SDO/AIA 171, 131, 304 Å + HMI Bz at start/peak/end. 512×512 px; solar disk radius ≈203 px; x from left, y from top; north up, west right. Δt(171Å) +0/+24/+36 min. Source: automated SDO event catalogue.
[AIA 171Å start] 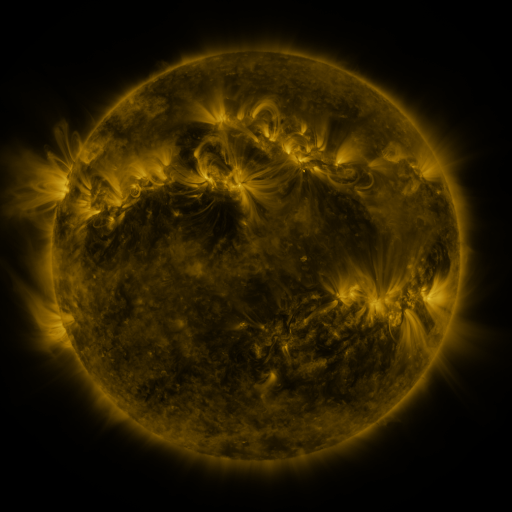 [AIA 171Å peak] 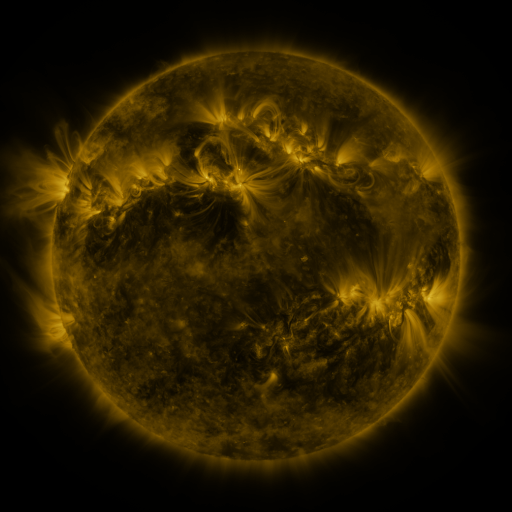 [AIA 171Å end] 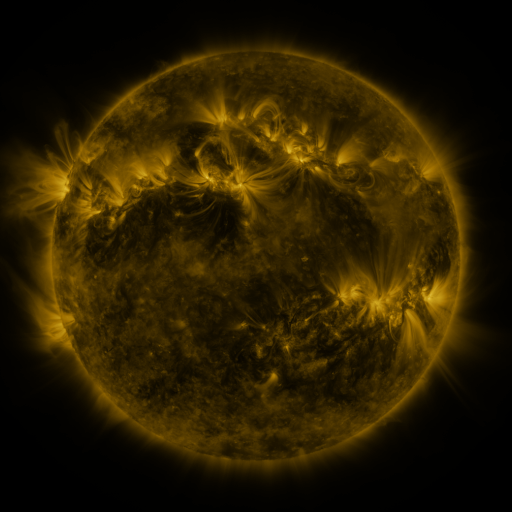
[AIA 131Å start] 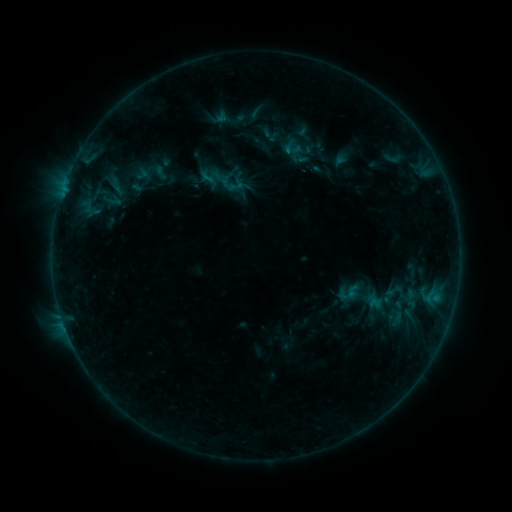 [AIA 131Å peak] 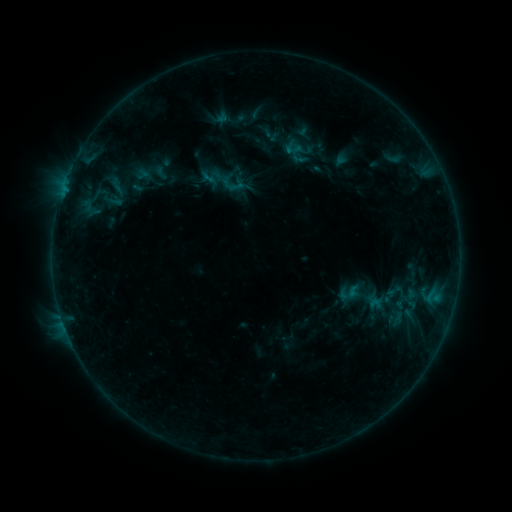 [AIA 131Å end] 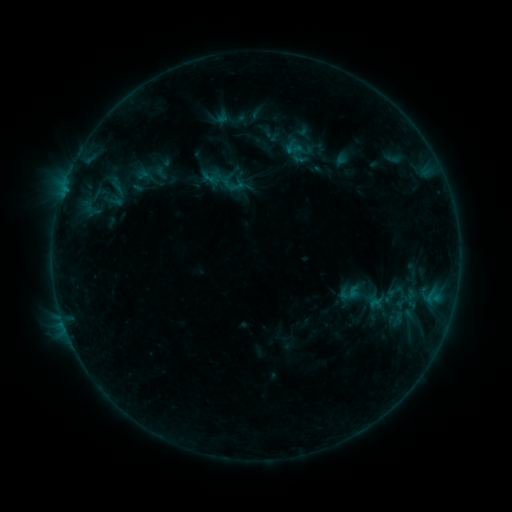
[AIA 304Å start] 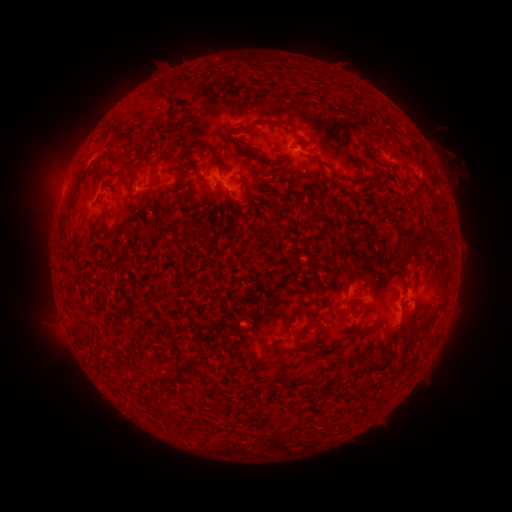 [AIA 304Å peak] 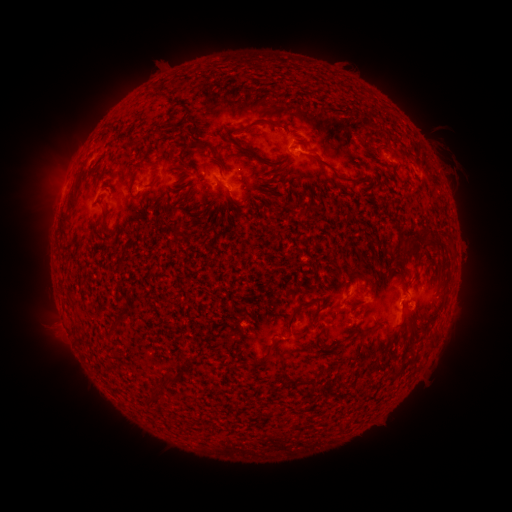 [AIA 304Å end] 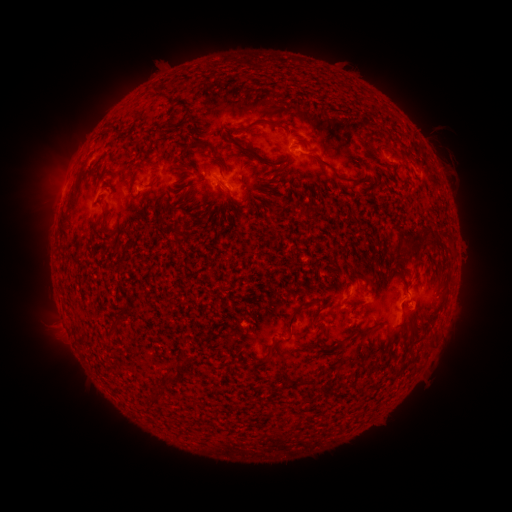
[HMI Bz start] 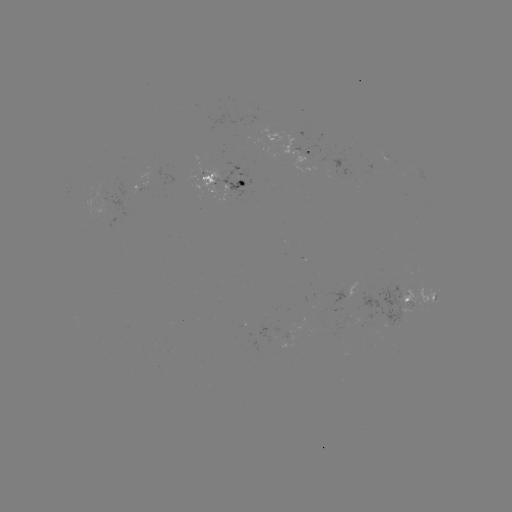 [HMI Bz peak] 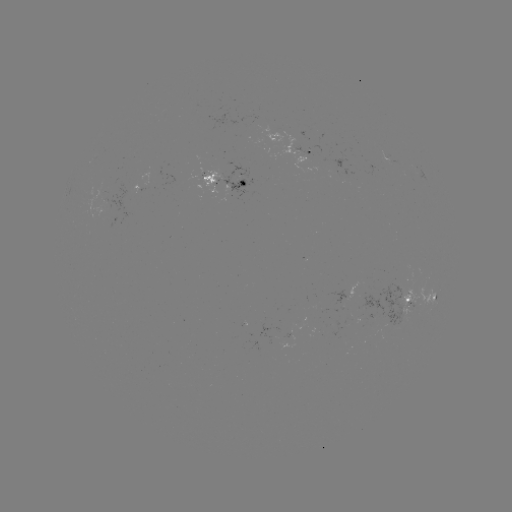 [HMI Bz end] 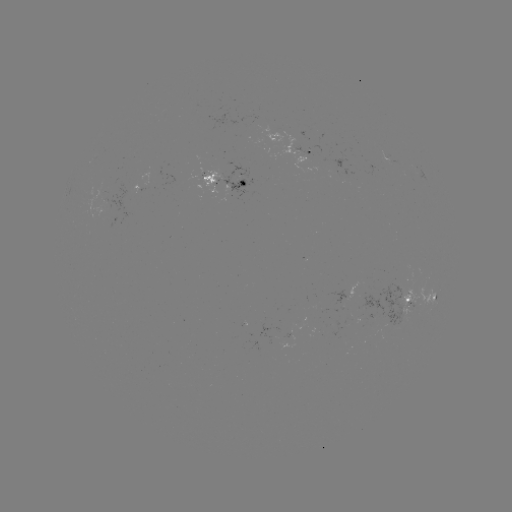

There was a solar emerging-flux region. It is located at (396, 321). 